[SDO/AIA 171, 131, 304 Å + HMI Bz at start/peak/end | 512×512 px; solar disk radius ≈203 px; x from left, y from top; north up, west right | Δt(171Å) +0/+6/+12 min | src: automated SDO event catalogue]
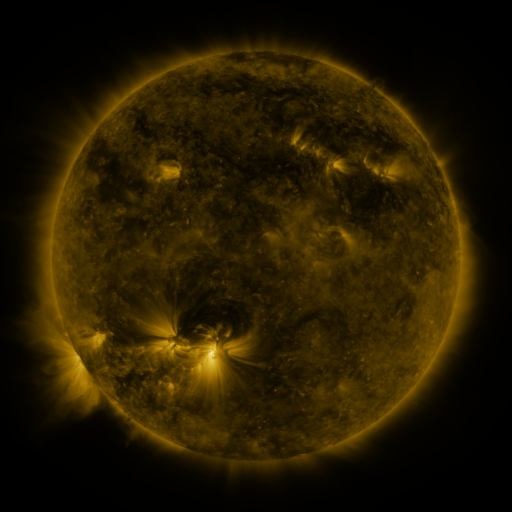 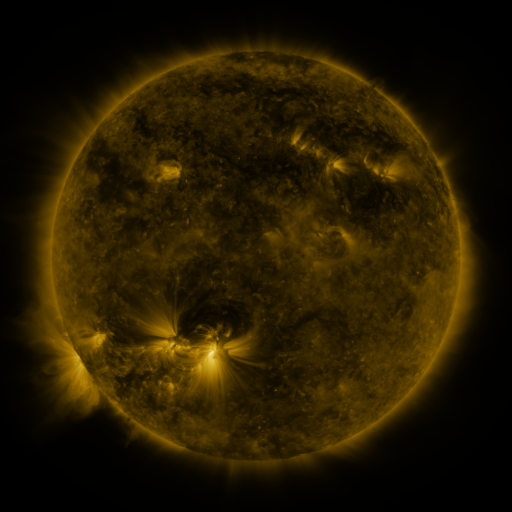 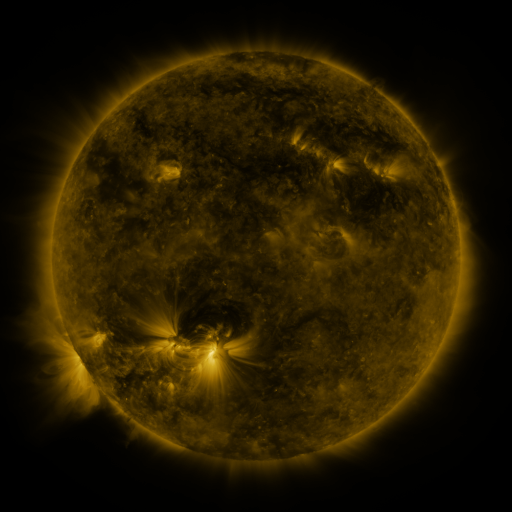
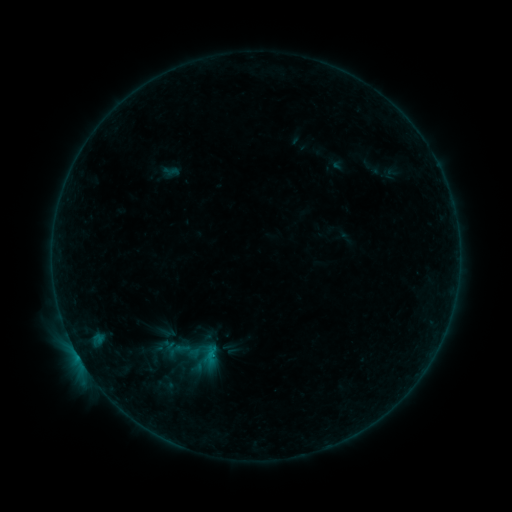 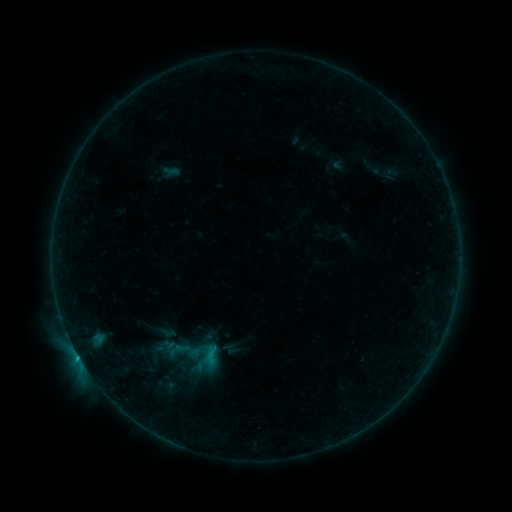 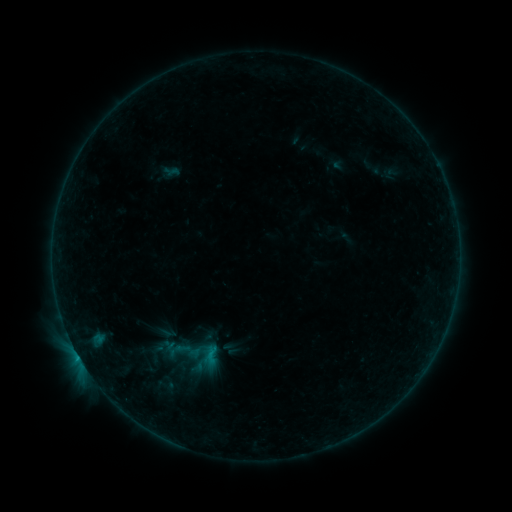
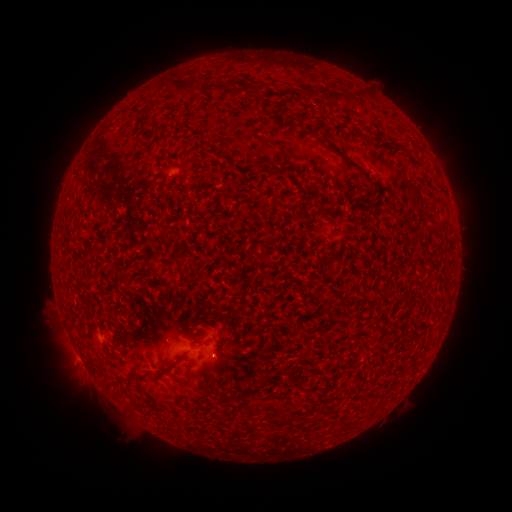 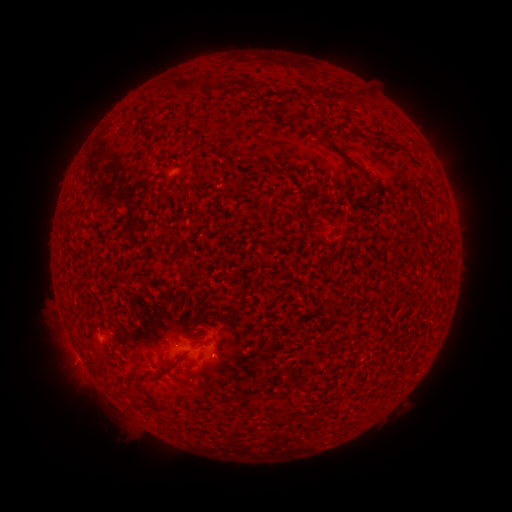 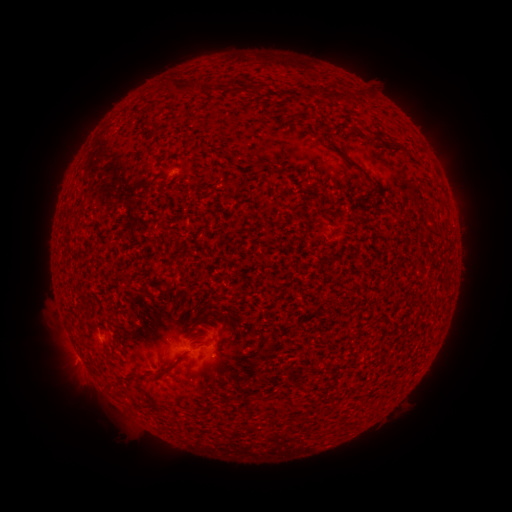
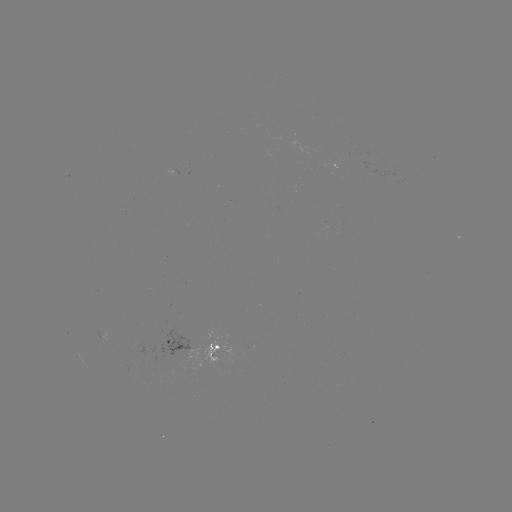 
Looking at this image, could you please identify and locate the B3.4 flare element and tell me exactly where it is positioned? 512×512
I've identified B3.4 flare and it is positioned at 216,354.